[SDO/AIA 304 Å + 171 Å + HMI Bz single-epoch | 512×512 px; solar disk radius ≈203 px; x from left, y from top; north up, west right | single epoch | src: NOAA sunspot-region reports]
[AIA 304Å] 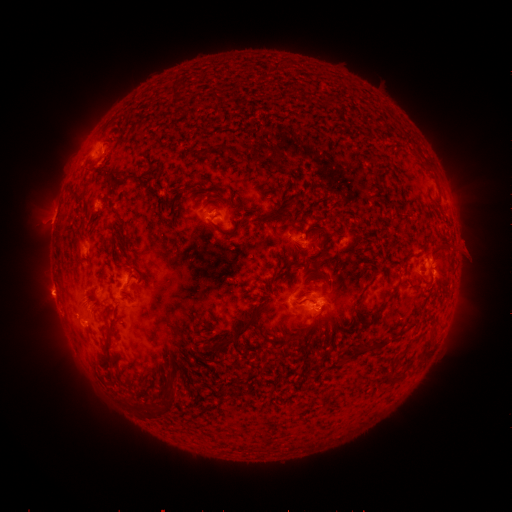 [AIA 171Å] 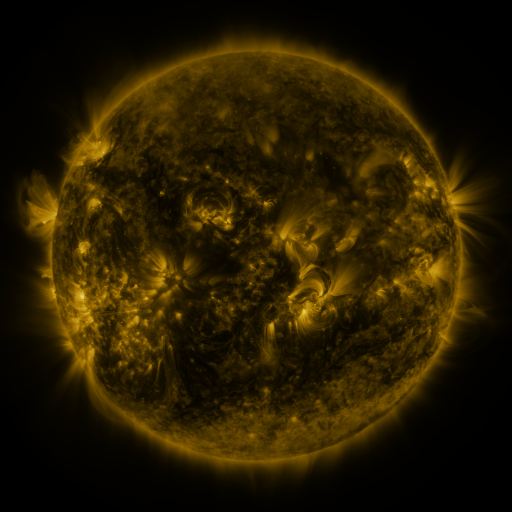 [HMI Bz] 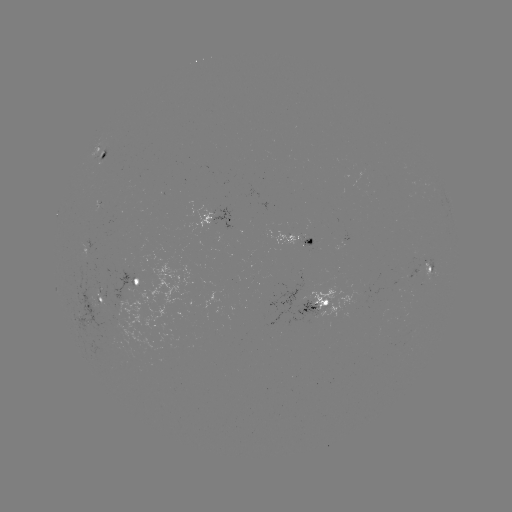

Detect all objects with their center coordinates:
spotted active region: (100, 156)
spotted active region: (221, 218)
spotted active region: (298, 239)
spotted active region: (87, 251)
spotted active region: (431, 269)
spotted active region: (140, 282)
spotted active region: (100, 303)
spotted active region: (319, 310)
